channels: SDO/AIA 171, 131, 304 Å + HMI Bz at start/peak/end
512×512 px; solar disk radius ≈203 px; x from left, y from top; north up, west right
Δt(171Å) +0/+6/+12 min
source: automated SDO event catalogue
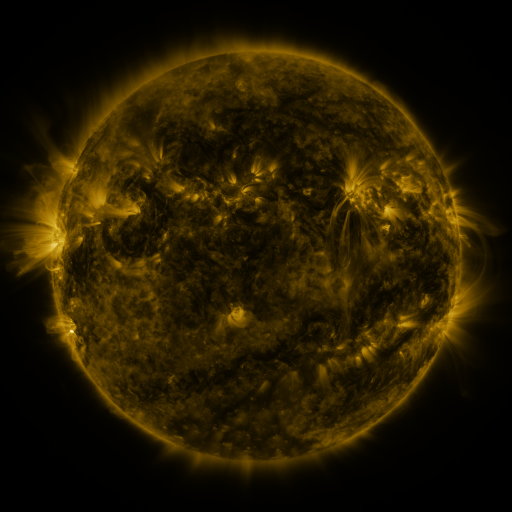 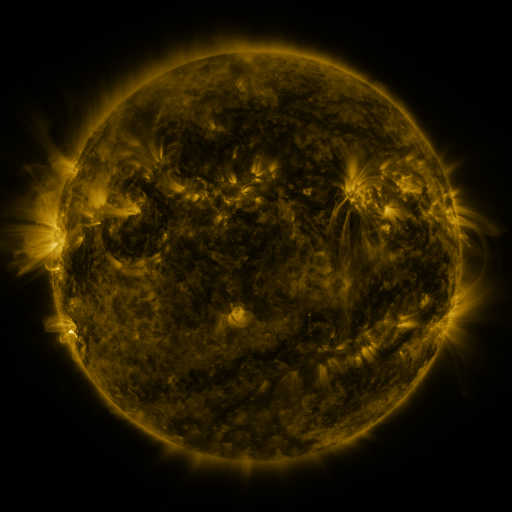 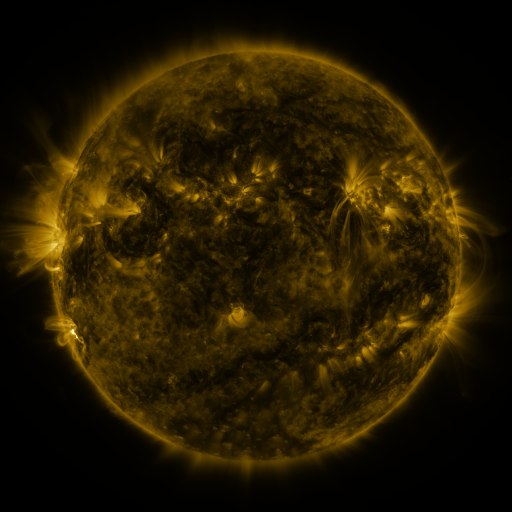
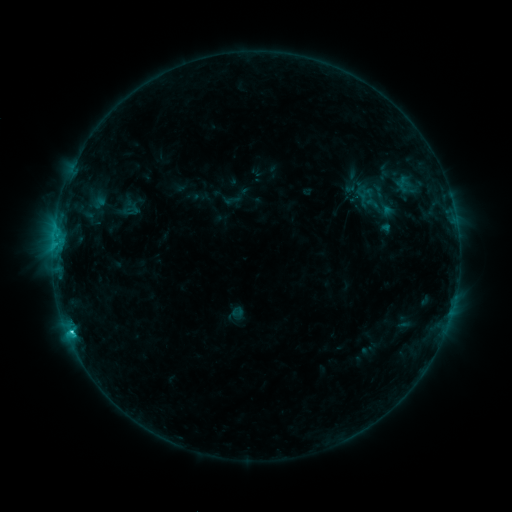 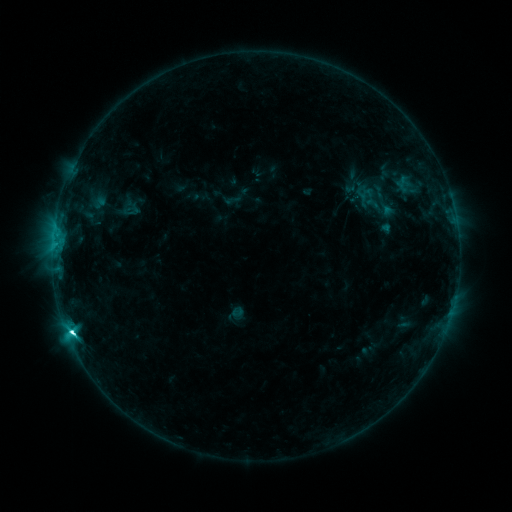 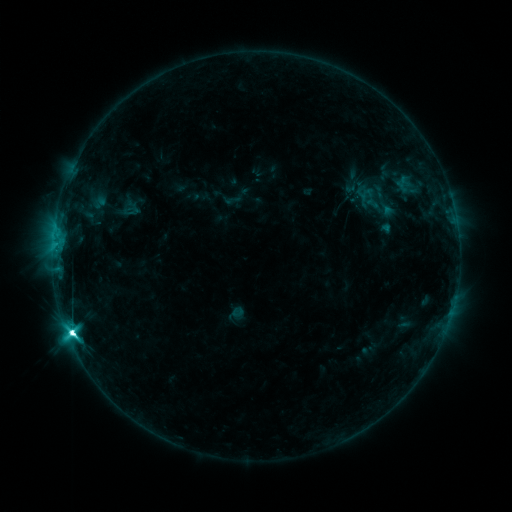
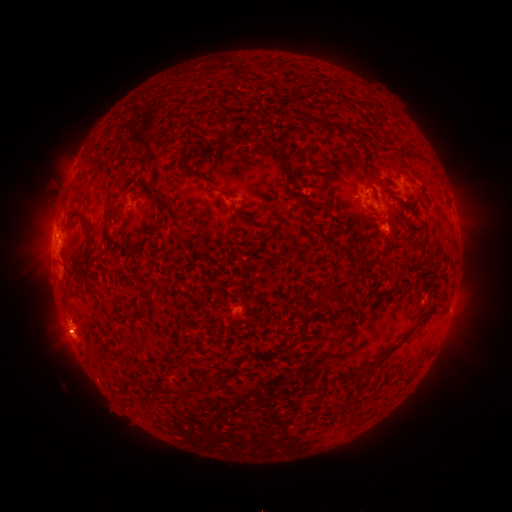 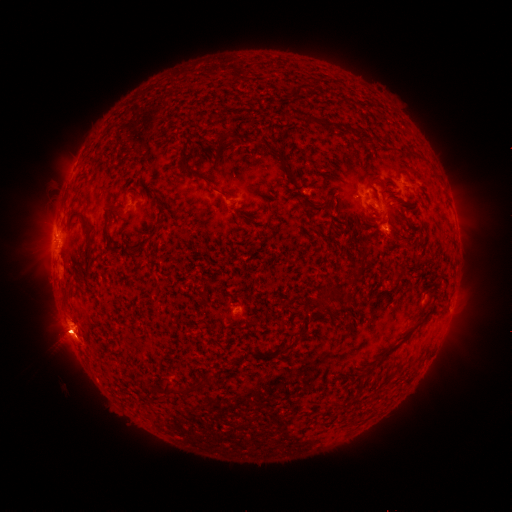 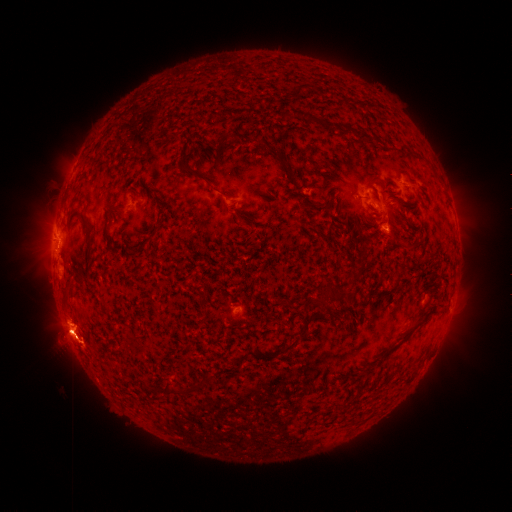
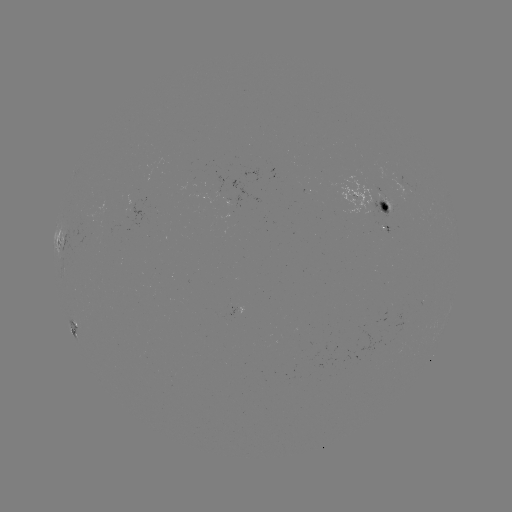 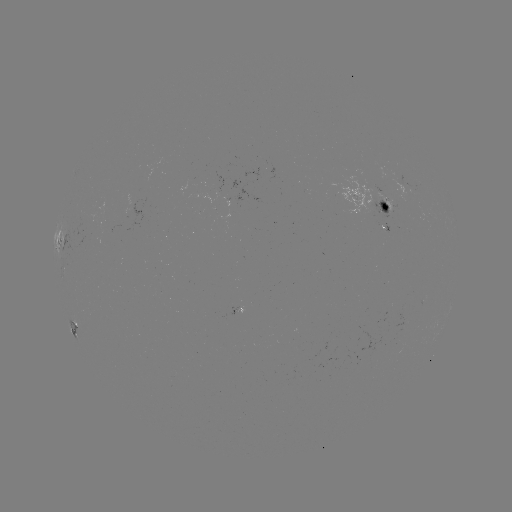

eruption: <bbox>60, 323, 108, 371</bbox>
